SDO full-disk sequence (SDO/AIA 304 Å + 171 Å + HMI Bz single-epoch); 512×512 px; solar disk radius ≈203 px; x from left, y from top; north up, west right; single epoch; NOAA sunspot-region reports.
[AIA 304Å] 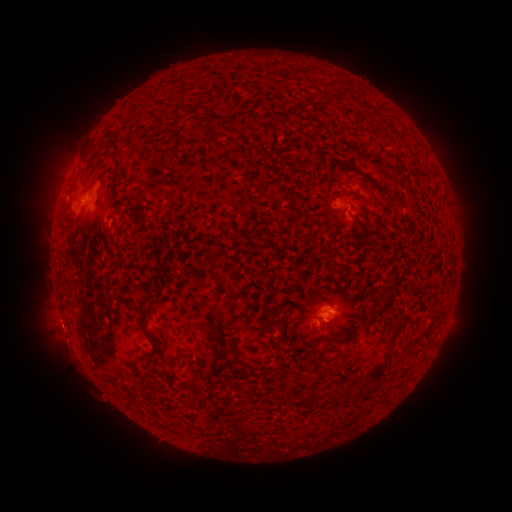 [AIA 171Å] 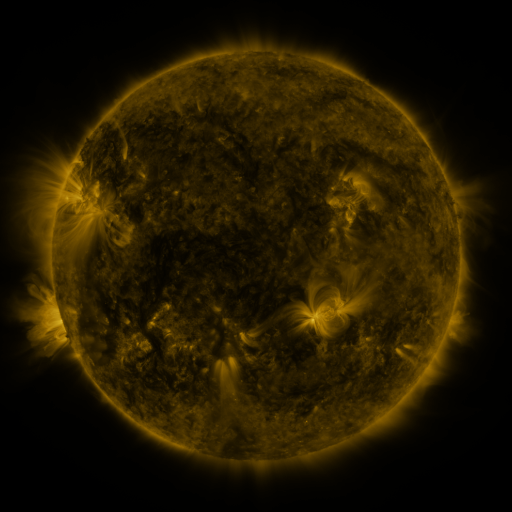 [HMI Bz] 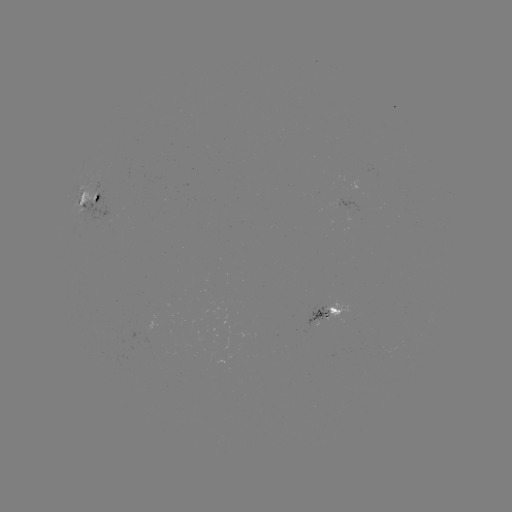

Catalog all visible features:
spotted active region: (90, 198)
spotted active region: (329, 312)
